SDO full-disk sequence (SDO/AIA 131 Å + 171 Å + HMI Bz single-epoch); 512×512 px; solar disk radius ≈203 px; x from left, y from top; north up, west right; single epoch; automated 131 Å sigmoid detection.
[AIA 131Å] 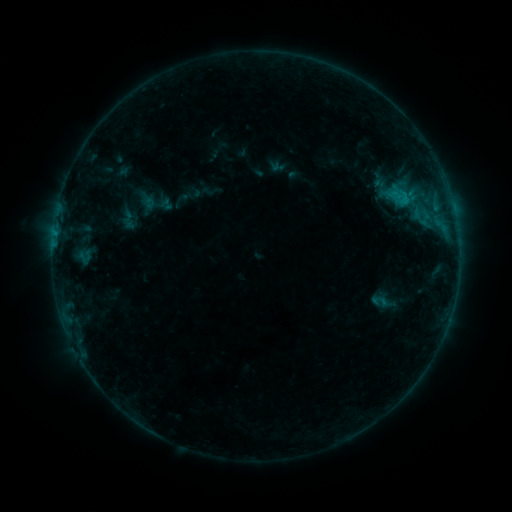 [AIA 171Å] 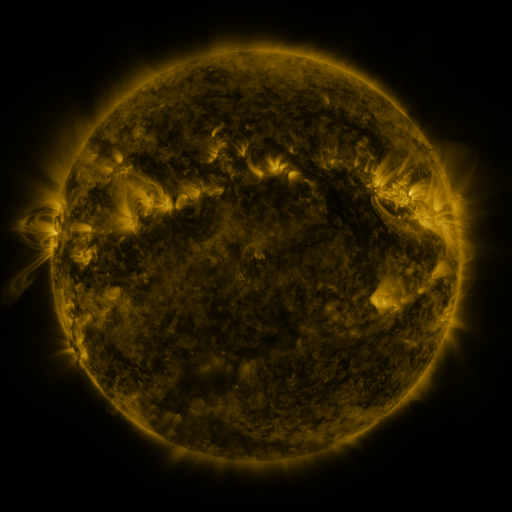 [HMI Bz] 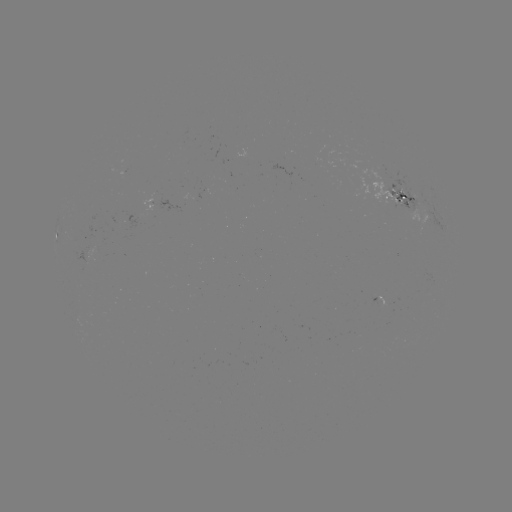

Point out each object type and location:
sigmoid: (139, 185, 173, 220)
sigmoid: (371, 290, 390, 313)
